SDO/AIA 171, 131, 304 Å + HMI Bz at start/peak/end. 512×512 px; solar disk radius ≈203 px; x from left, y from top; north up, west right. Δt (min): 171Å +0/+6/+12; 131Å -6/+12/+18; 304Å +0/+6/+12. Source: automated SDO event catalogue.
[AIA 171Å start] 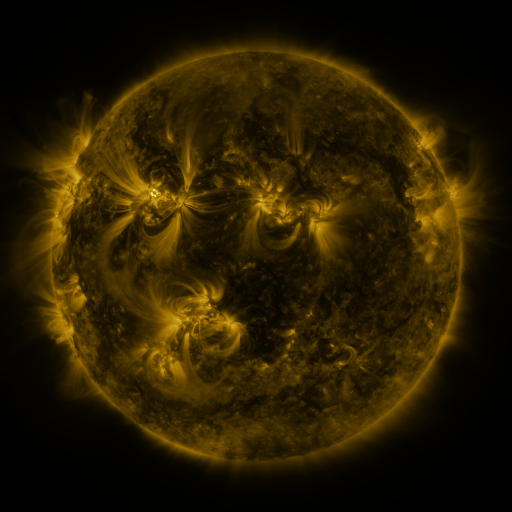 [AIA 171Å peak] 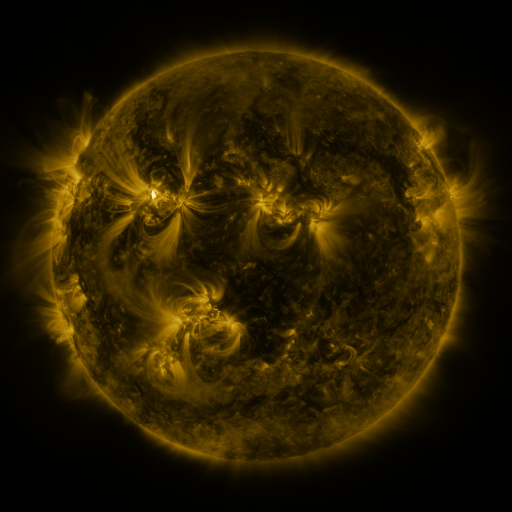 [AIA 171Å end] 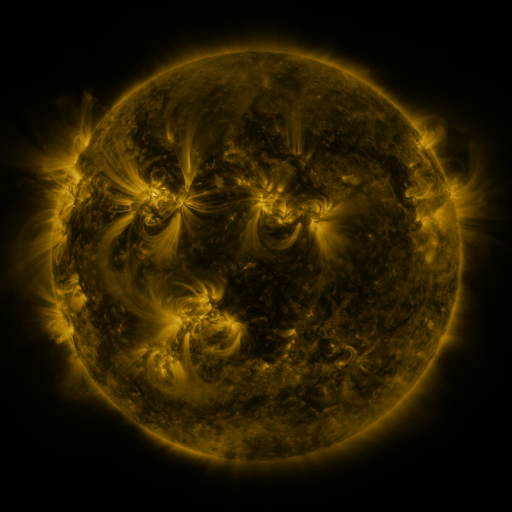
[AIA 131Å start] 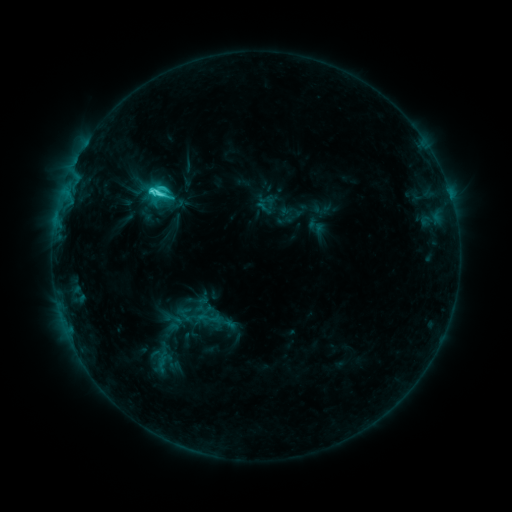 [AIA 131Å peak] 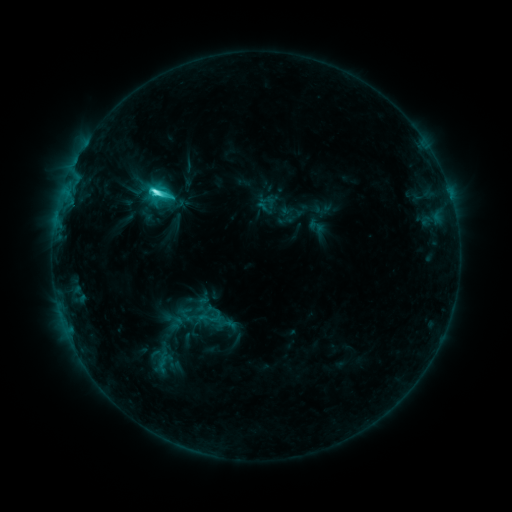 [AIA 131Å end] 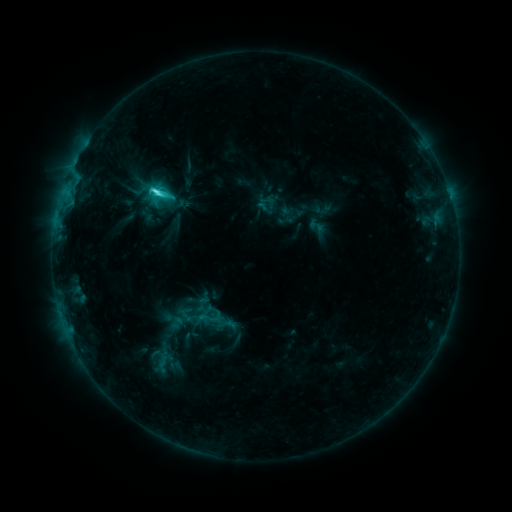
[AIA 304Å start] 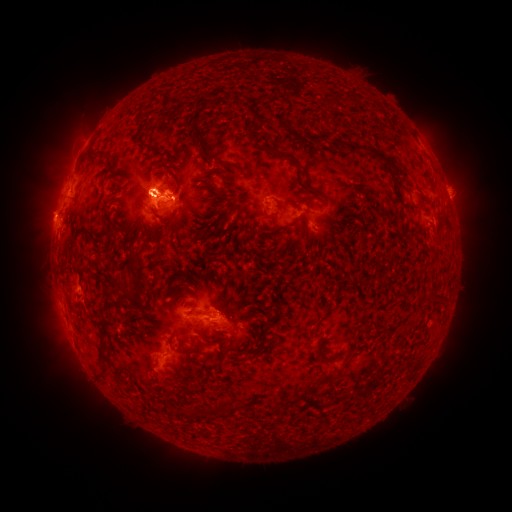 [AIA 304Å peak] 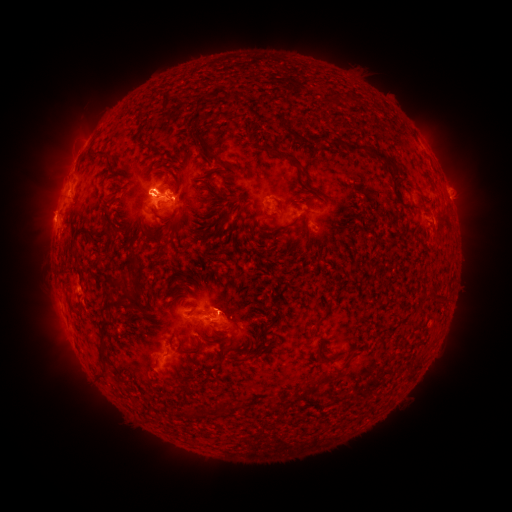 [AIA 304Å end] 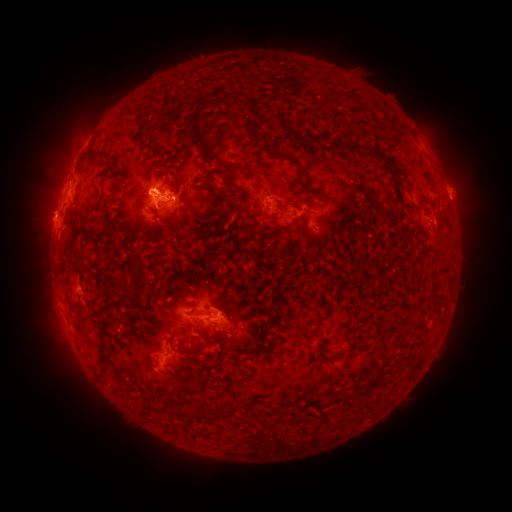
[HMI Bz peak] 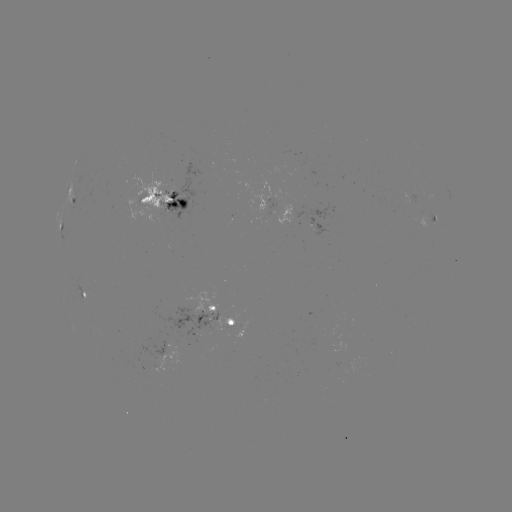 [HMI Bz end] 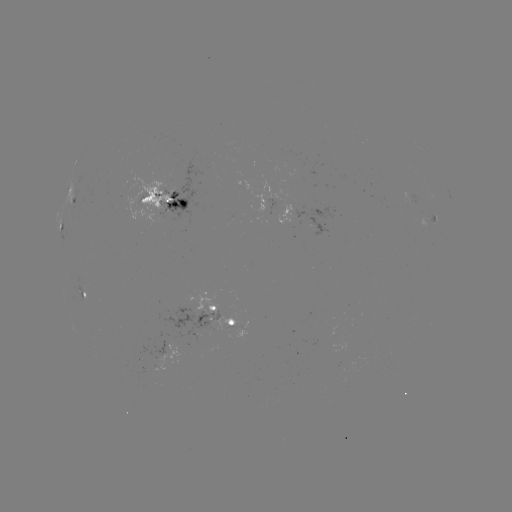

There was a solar eruption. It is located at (226, 292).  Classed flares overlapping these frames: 1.